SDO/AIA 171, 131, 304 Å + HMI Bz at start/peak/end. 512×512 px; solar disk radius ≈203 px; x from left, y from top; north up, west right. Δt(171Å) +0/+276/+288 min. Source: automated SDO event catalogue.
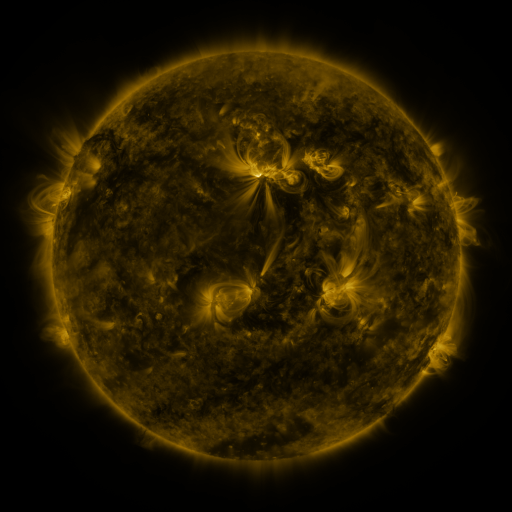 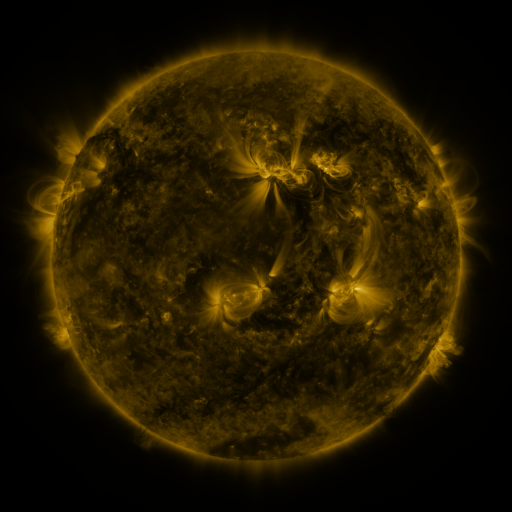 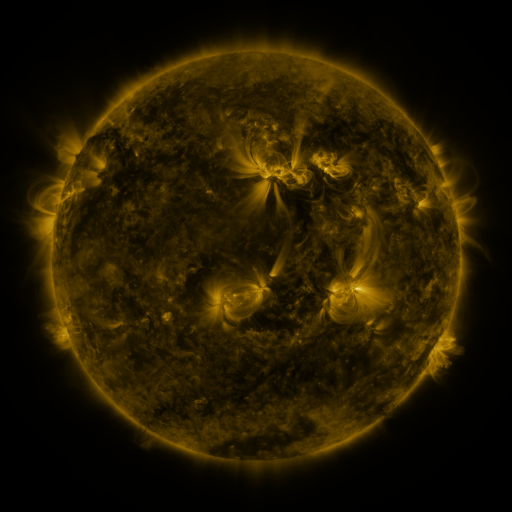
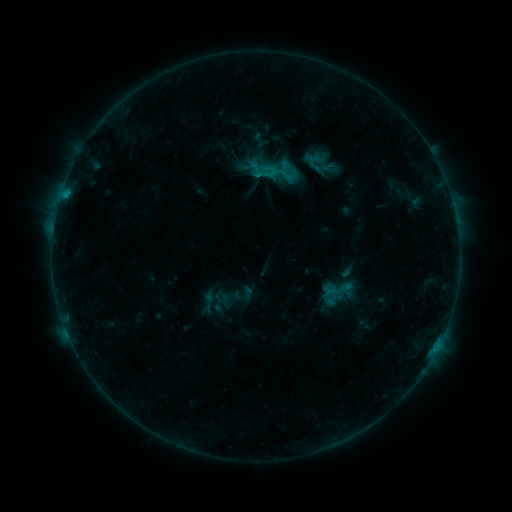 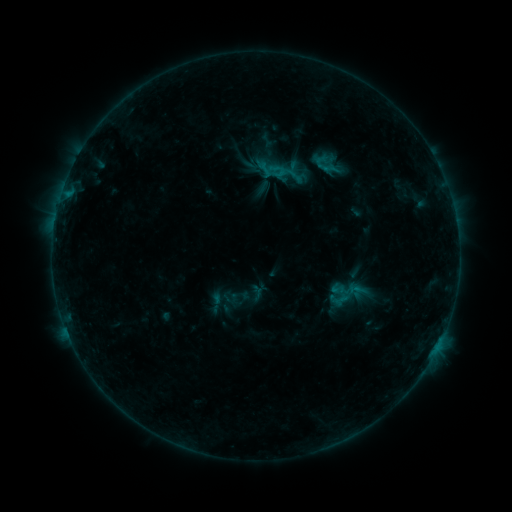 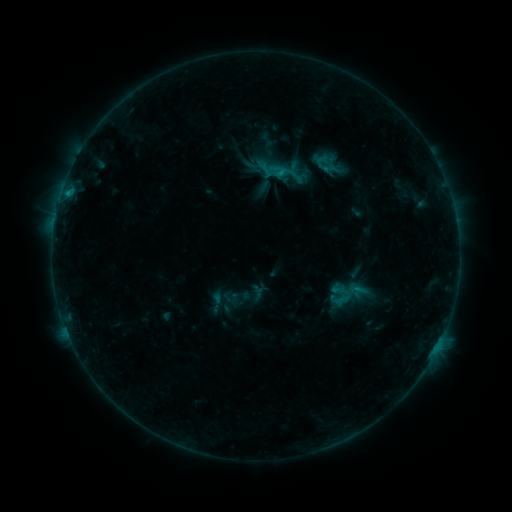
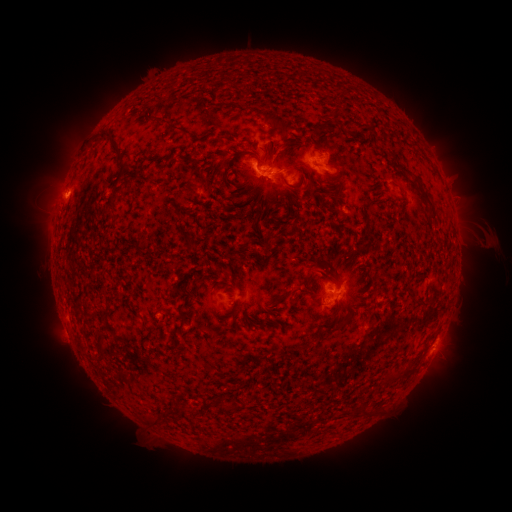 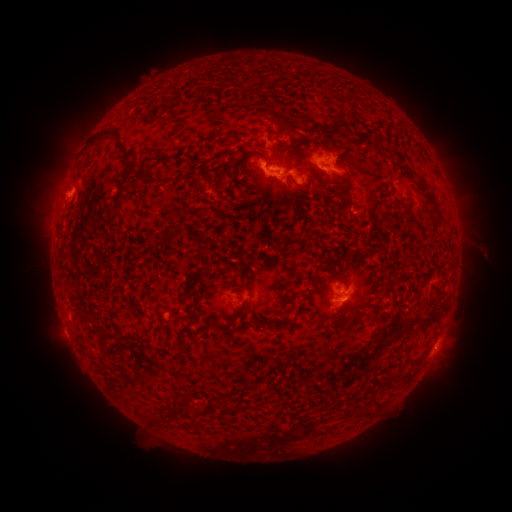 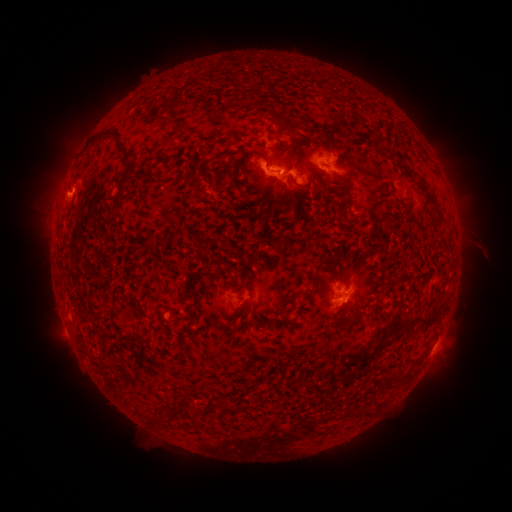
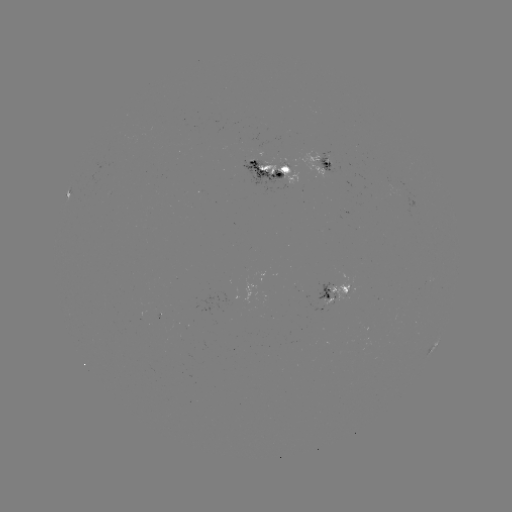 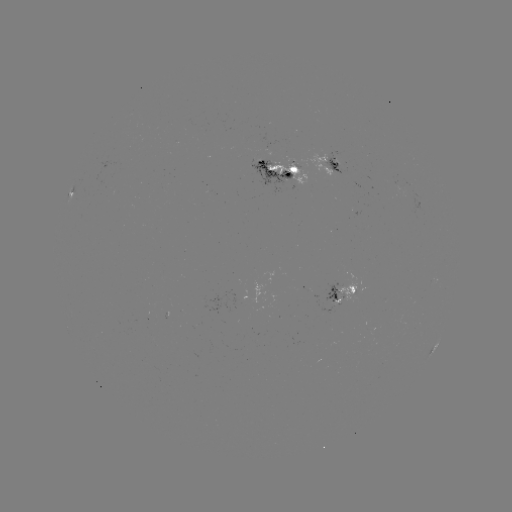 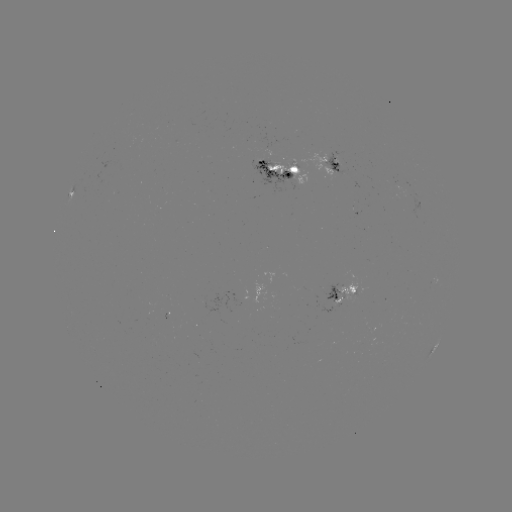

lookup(emerging-flux region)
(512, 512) [273, 176]